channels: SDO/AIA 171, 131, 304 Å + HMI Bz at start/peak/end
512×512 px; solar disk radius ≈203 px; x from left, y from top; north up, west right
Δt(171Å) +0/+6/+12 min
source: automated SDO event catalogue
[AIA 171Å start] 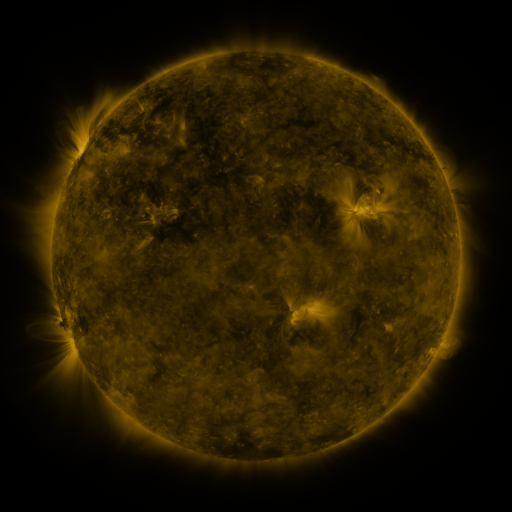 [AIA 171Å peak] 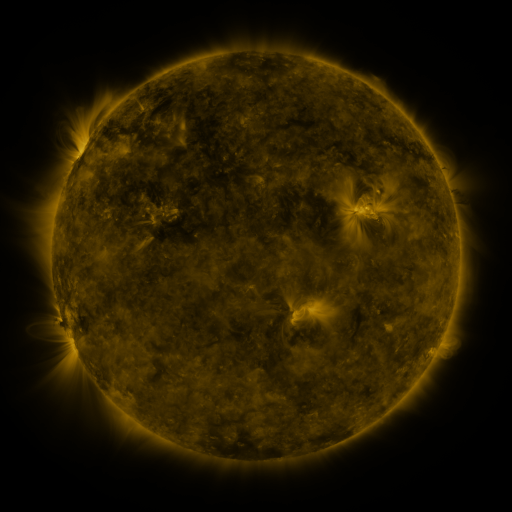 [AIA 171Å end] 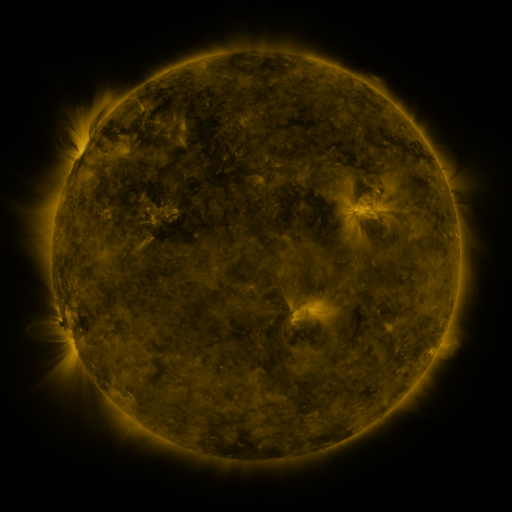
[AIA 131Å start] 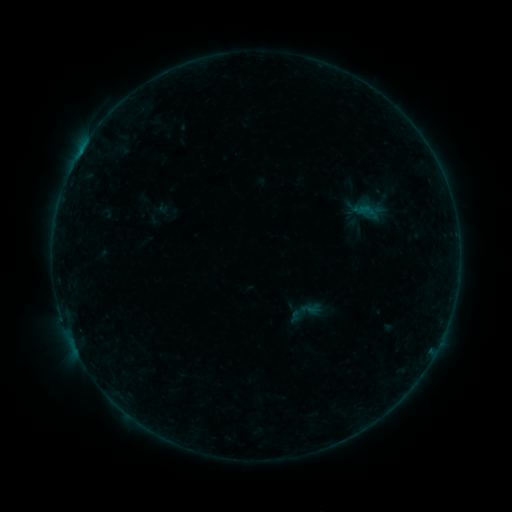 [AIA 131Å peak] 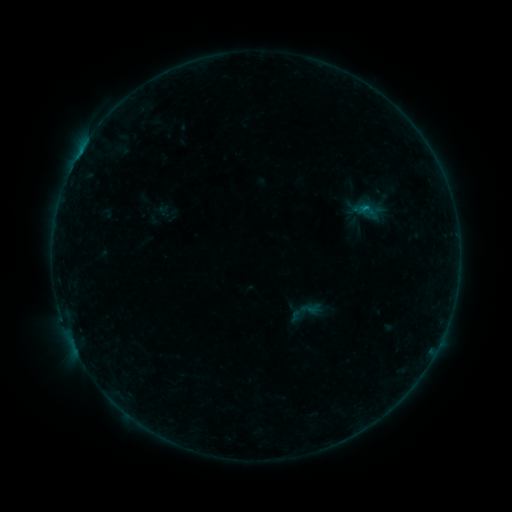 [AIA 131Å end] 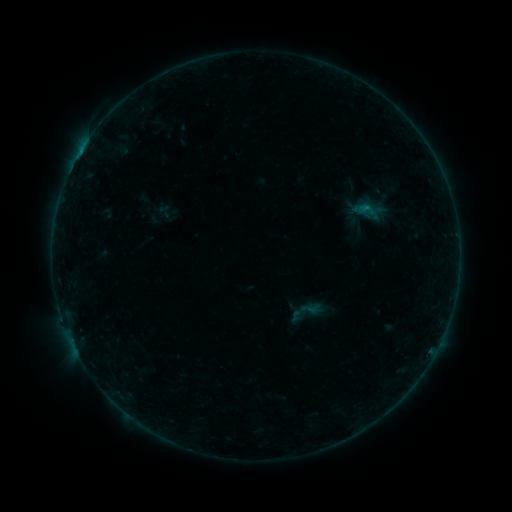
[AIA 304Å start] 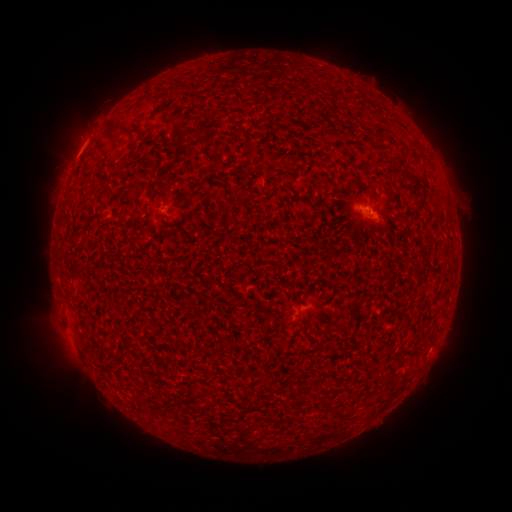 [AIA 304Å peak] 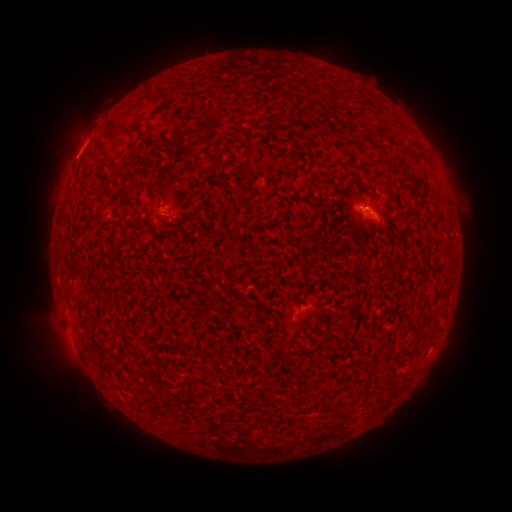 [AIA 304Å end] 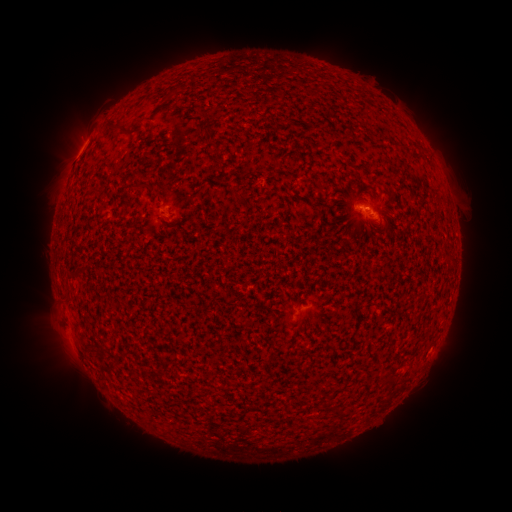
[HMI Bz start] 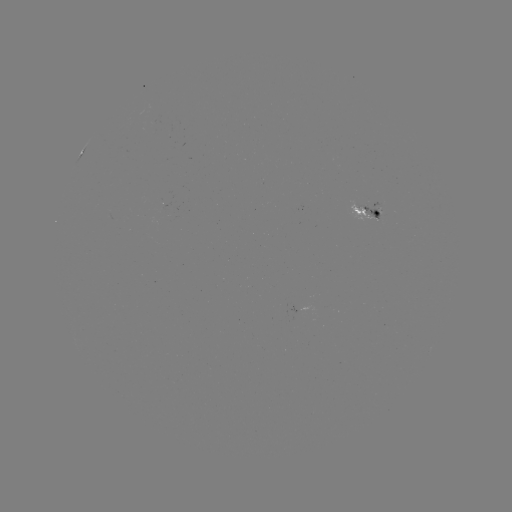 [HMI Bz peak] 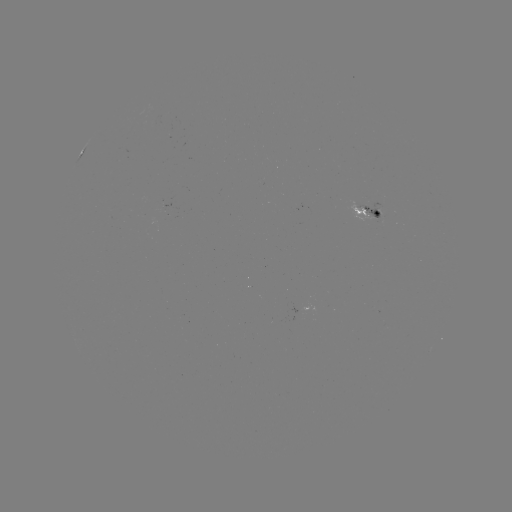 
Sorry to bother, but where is B2.8 flare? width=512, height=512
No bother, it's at (364, 212).